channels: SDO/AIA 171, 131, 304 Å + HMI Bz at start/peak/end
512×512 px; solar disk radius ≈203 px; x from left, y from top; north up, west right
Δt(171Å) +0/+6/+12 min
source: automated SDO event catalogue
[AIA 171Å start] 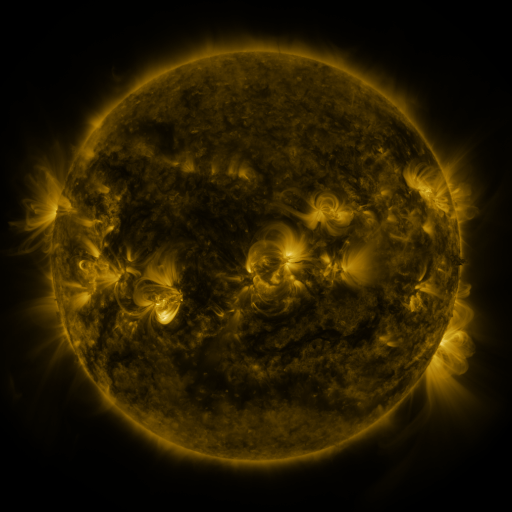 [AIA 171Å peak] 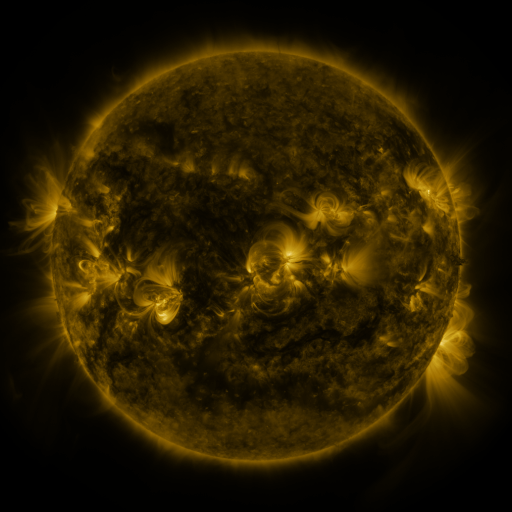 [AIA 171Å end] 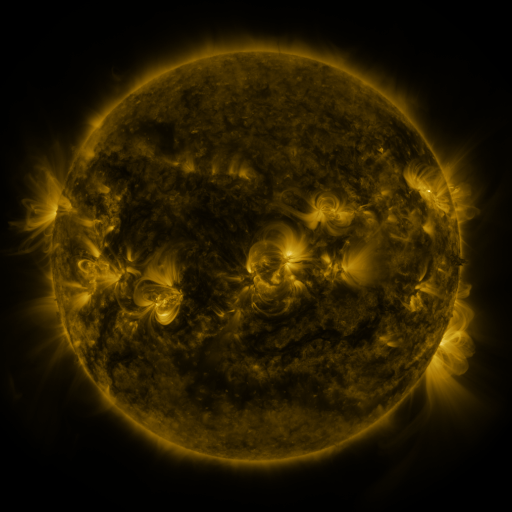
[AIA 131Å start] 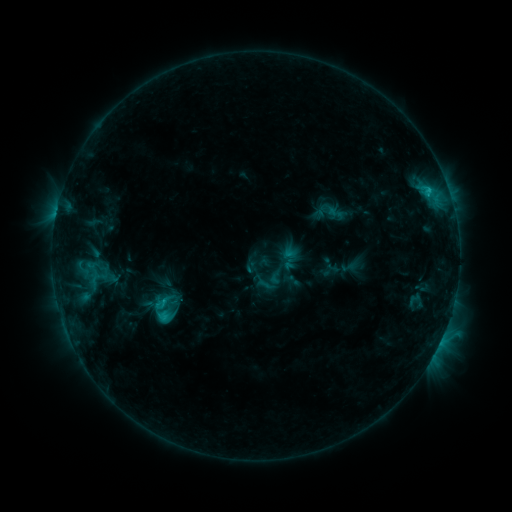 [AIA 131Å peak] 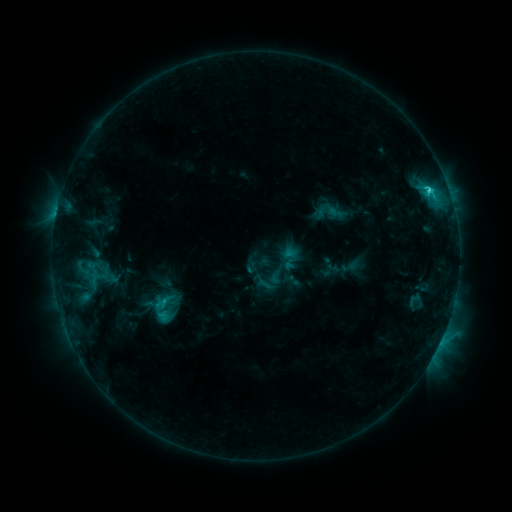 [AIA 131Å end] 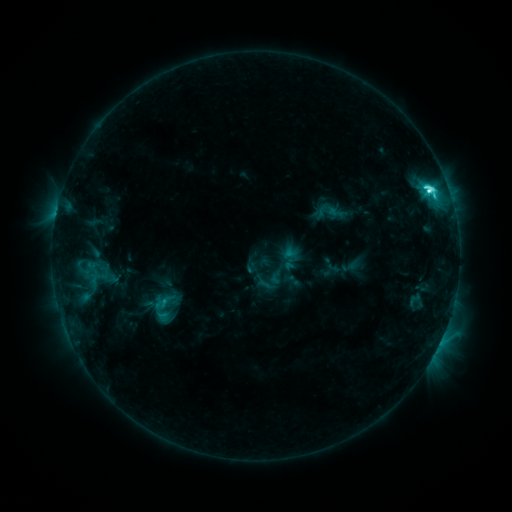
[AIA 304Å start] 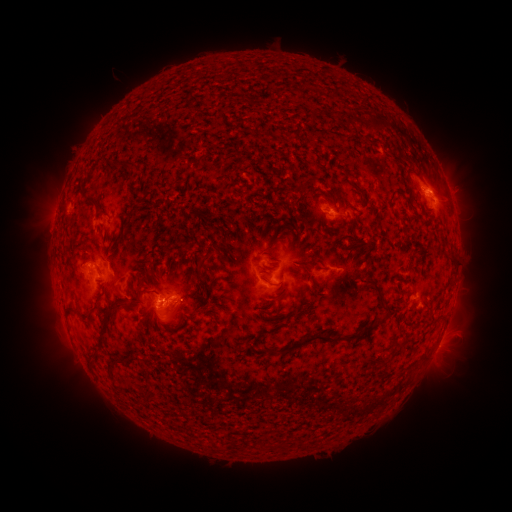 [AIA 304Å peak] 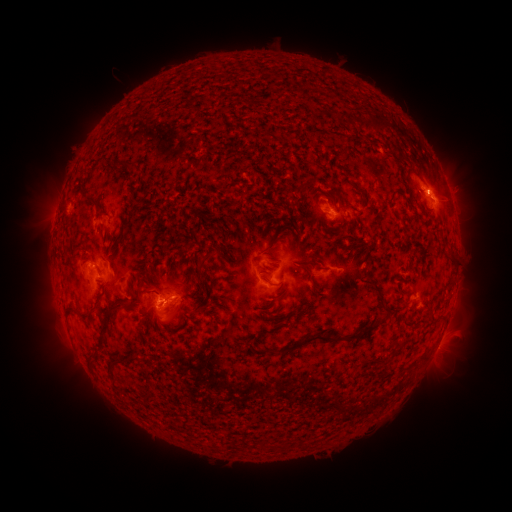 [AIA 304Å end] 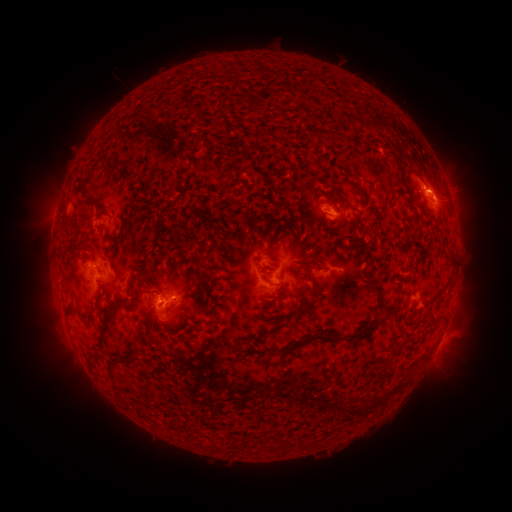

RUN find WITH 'eruption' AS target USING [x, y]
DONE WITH [445, 190] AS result